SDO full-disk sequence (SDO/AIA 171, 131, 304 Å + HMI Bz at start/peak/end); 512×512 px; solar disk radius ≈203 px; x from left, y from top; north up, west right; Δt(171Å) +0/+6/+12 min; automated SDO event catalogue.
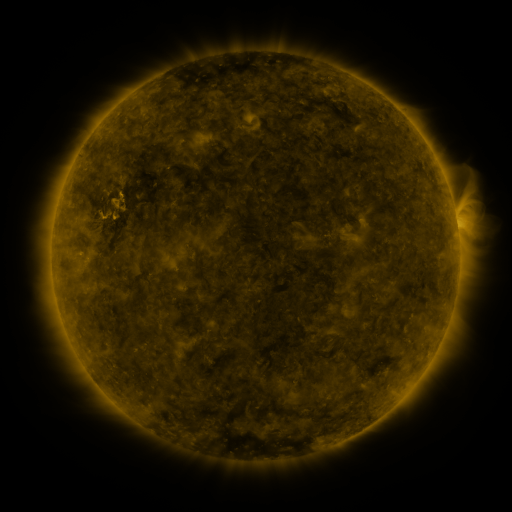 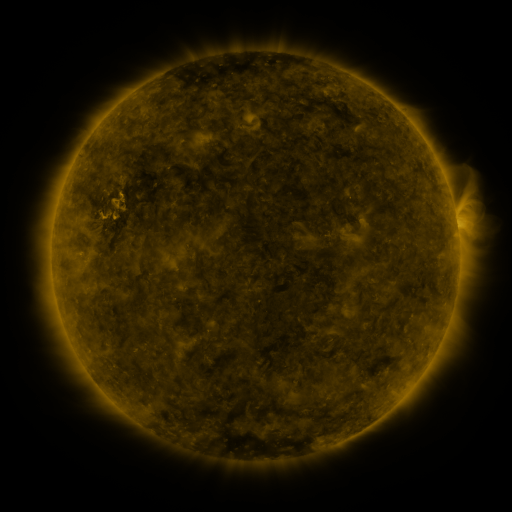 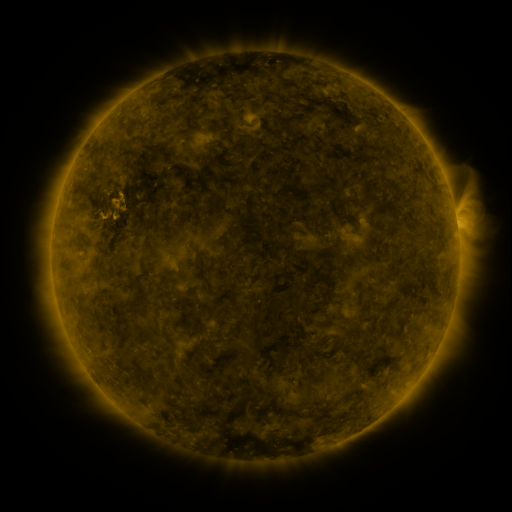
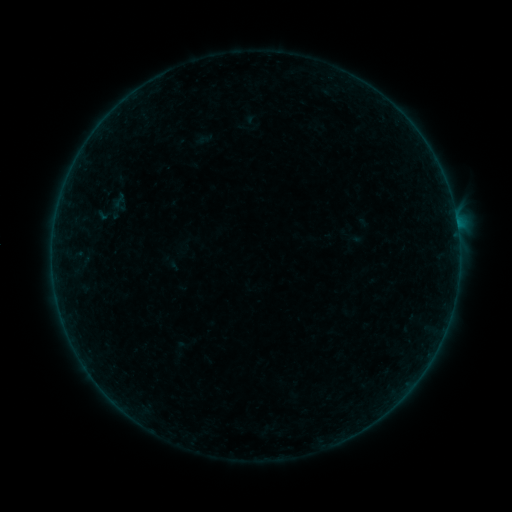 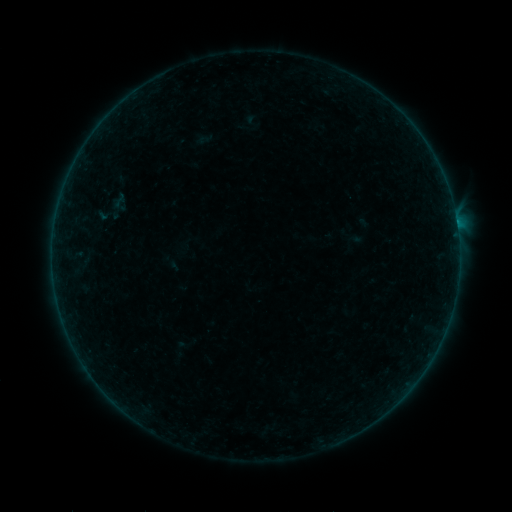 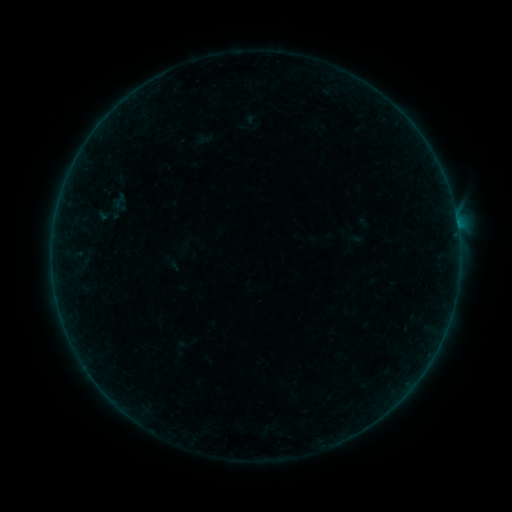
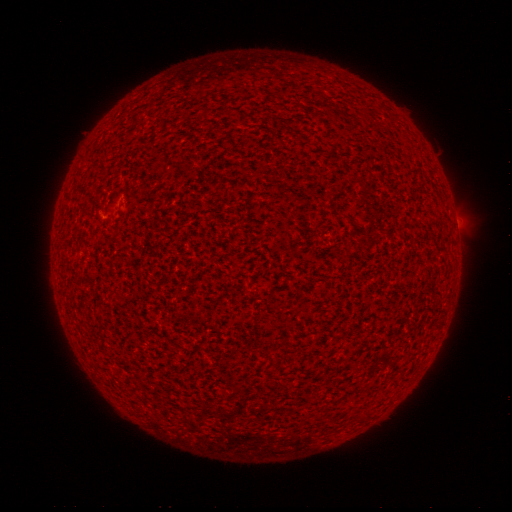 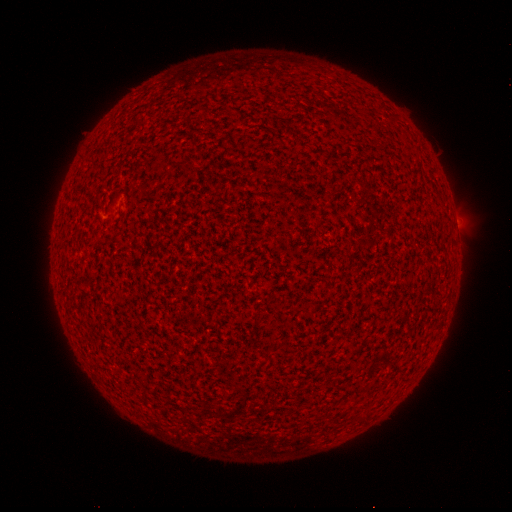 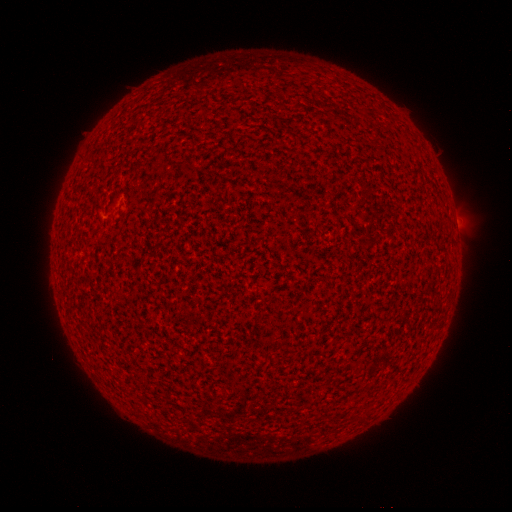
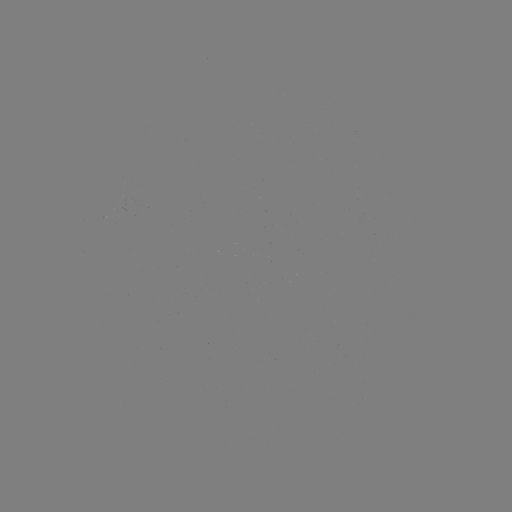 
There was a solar flare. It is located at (456, 224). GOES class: A6.7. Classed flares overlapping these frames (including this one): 2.